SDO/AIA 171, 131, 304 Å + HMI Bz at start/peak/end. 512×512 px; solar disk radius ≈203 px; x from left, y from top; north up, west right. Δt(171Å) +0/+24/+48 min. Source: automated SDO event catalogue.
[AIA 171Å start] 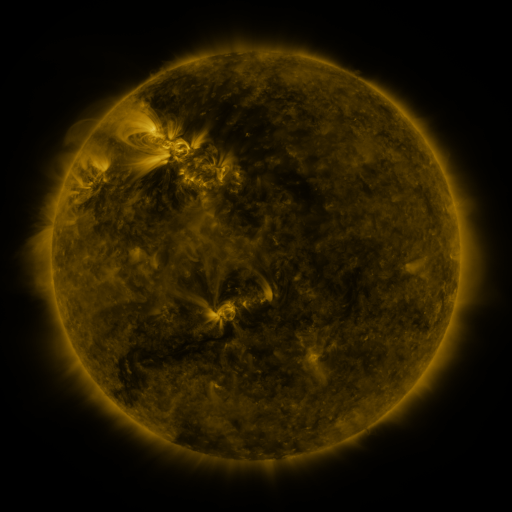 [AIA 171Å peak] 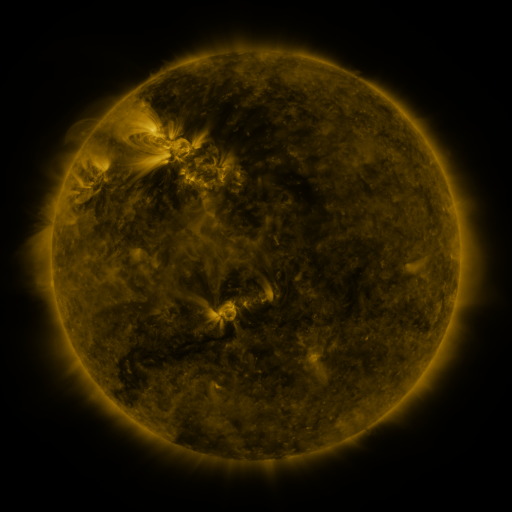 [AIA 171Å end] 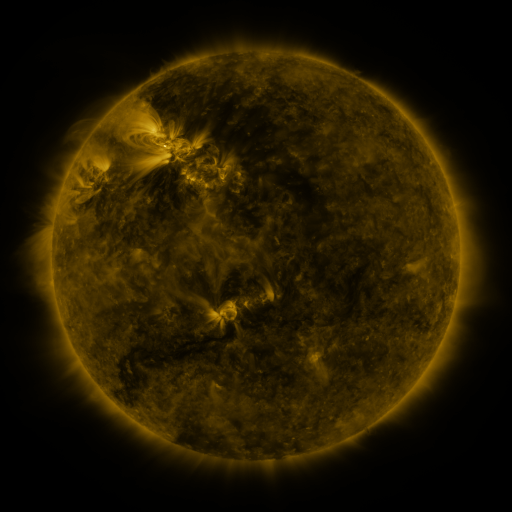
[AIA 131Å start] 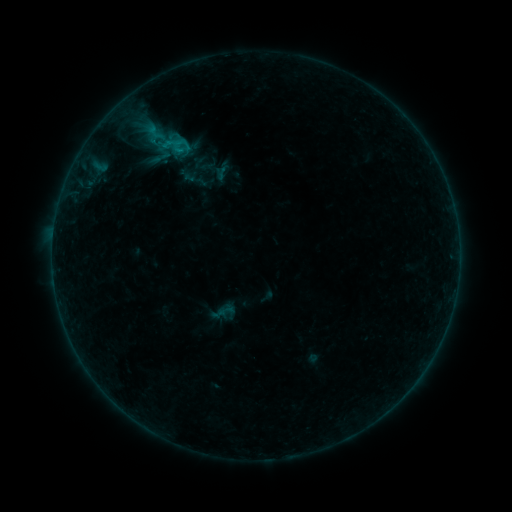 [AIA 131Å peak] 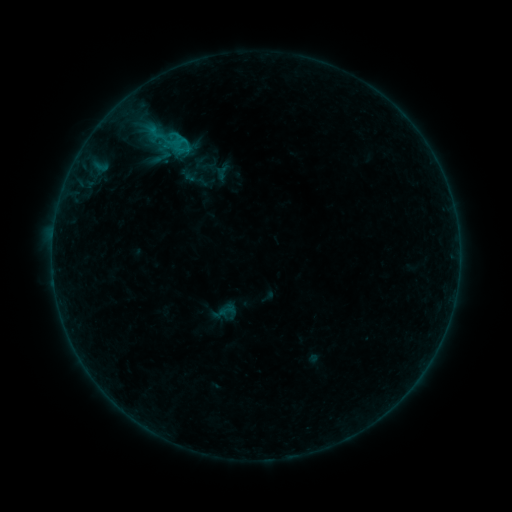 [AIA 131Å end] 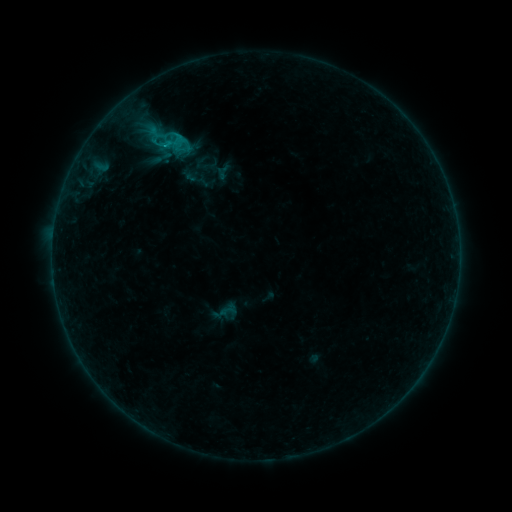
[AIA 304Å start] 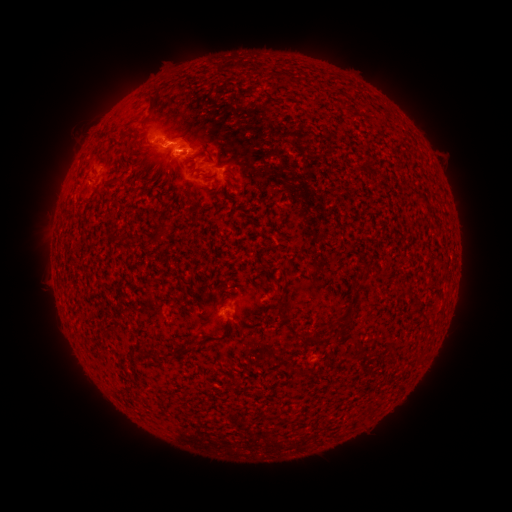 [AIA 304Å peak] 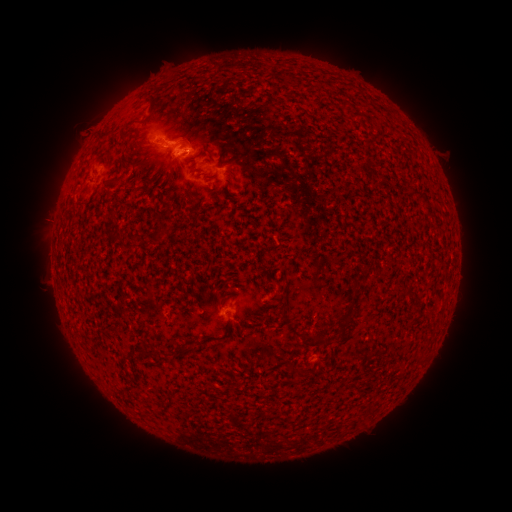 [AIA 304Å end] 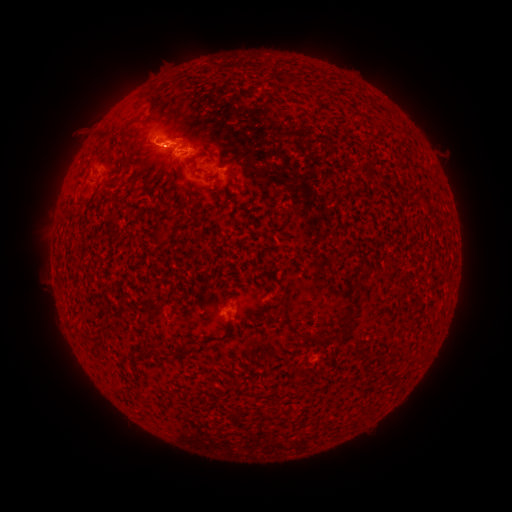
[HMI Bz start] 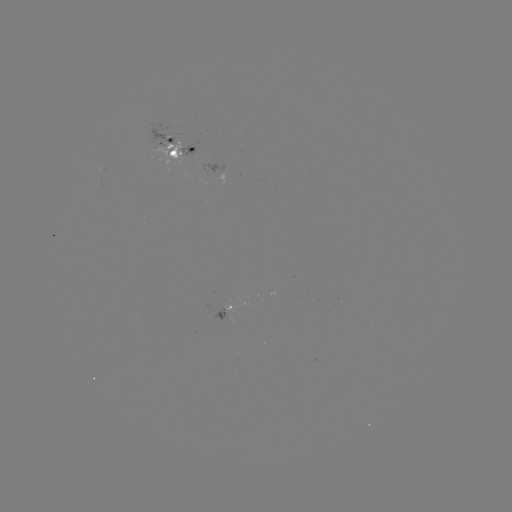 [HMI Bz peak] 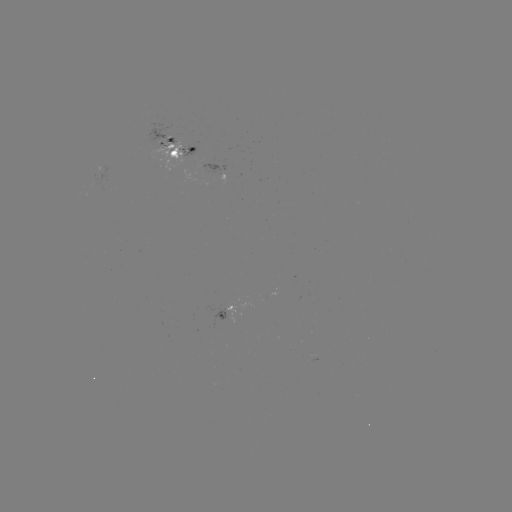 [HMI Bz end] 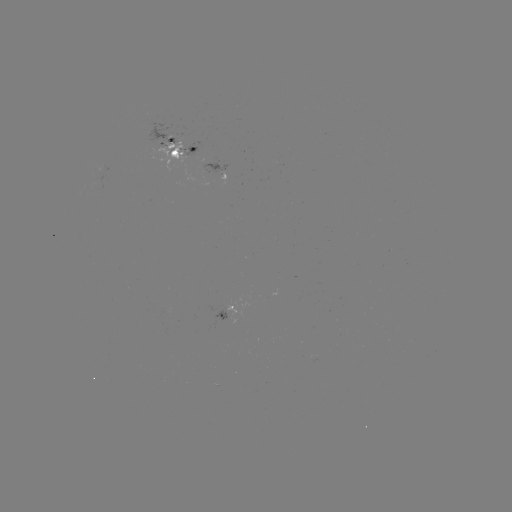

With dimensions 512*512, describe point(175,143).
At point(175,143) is emerging-flux region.